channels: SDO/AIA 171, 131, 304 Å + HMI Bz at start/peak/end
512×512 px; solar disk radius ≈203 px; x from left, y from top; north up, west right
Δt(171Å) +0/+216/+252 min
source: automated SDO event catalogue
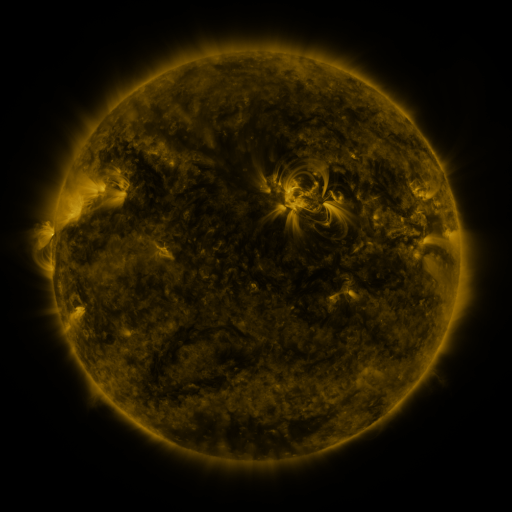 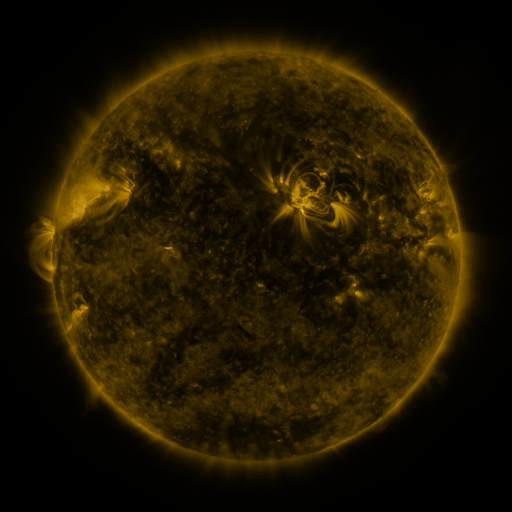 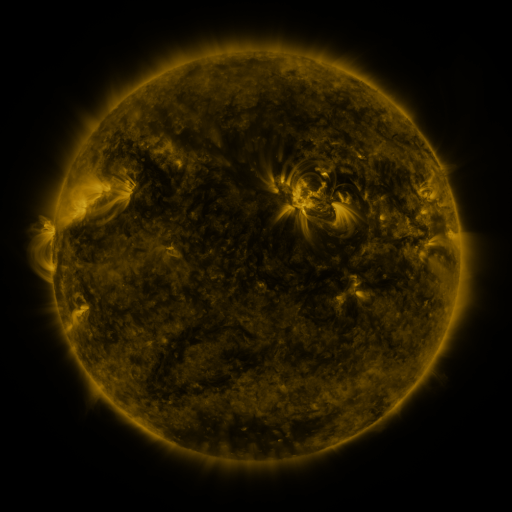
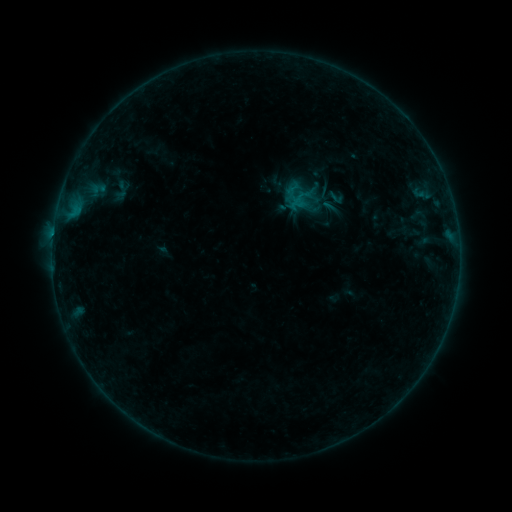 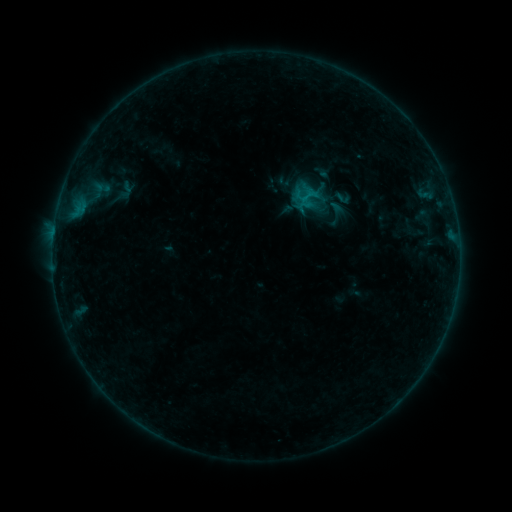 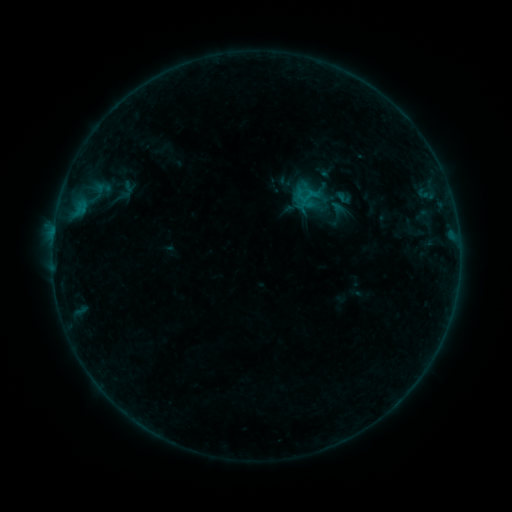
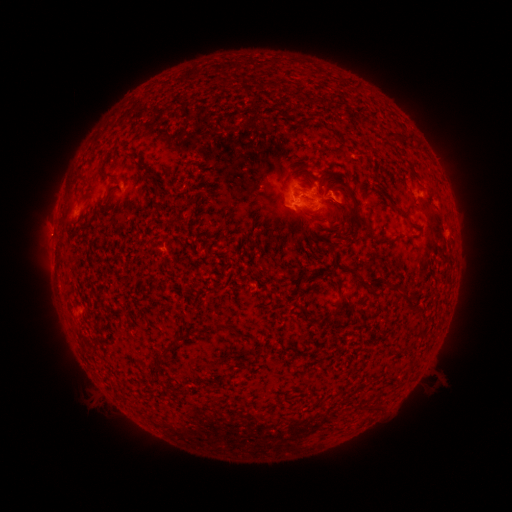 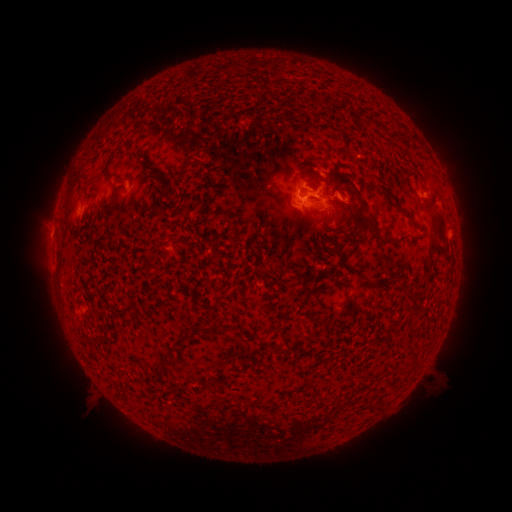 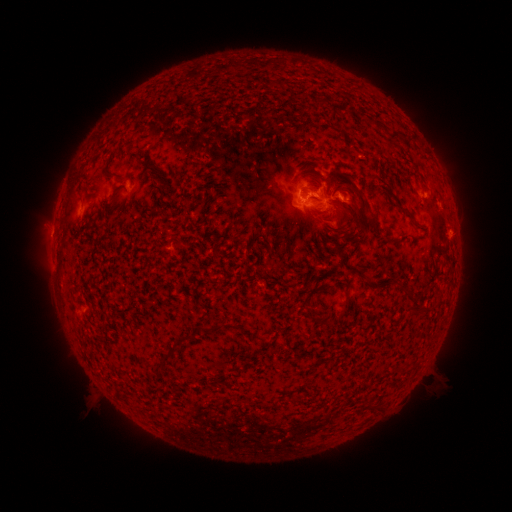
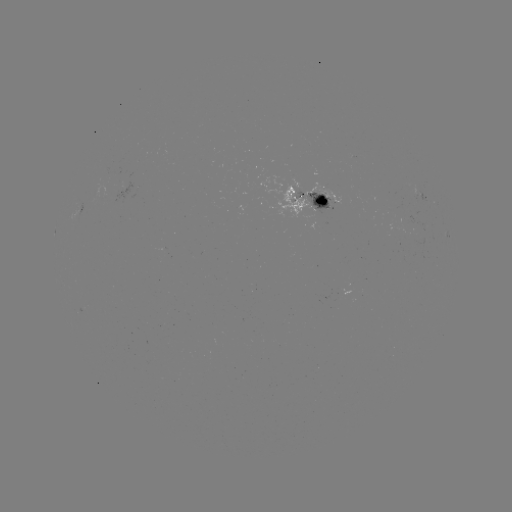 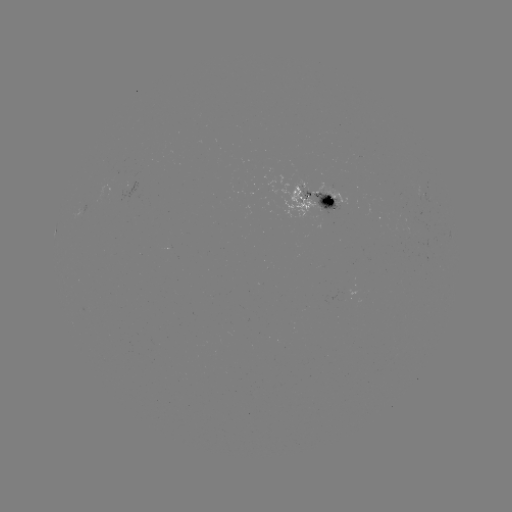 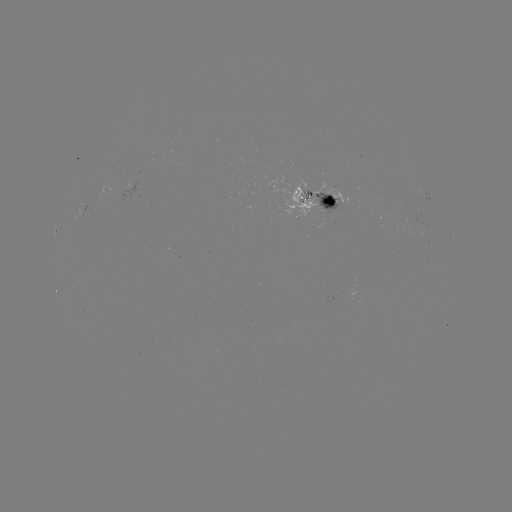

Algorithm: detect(emerging-flux region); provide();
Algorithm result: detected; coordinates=298,200